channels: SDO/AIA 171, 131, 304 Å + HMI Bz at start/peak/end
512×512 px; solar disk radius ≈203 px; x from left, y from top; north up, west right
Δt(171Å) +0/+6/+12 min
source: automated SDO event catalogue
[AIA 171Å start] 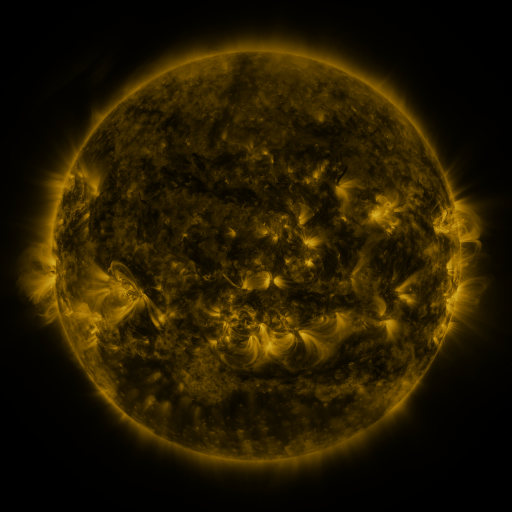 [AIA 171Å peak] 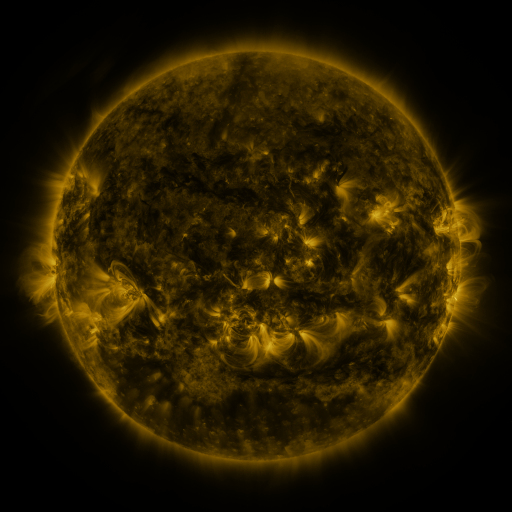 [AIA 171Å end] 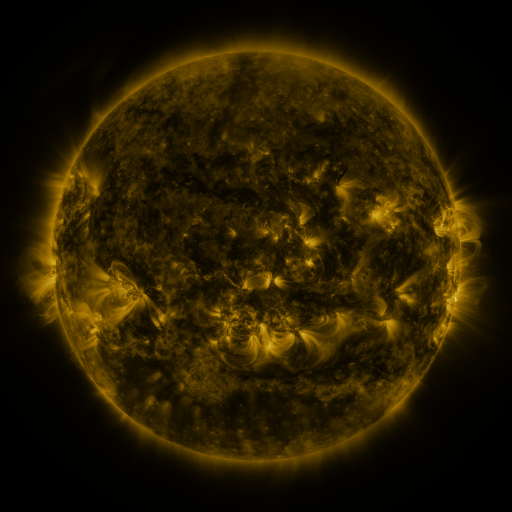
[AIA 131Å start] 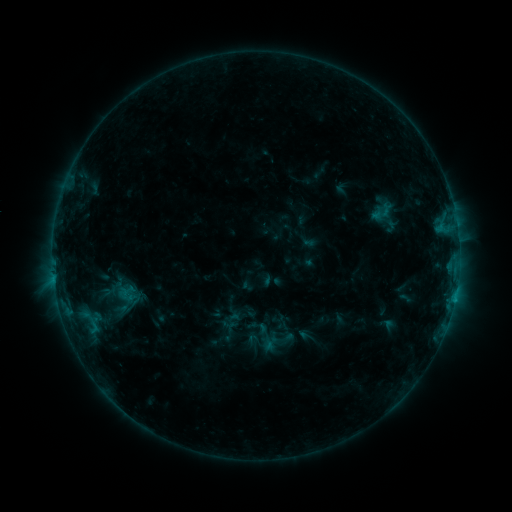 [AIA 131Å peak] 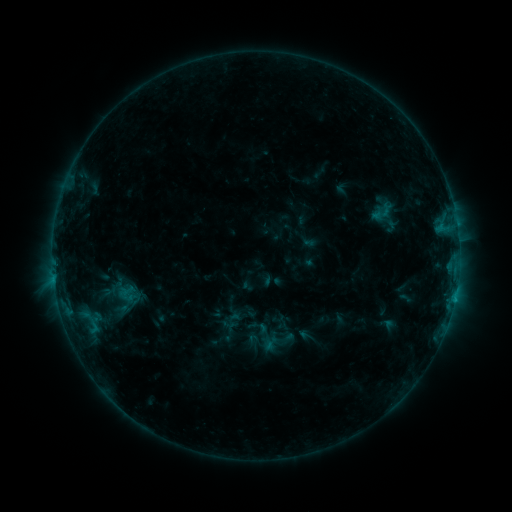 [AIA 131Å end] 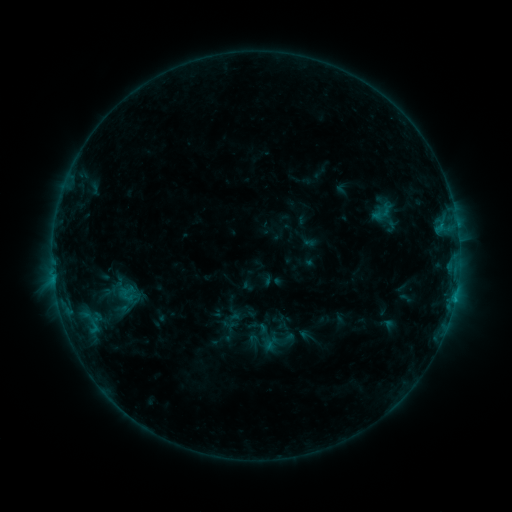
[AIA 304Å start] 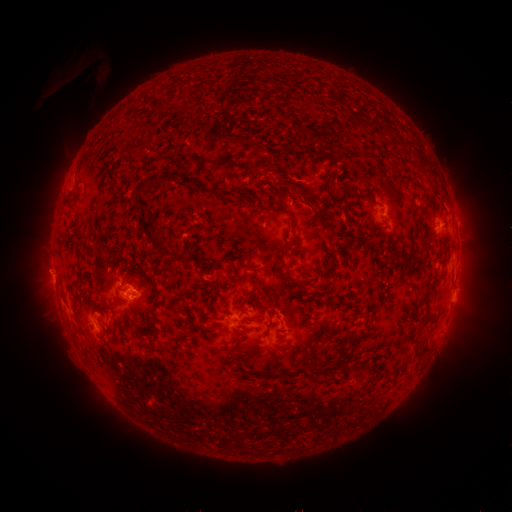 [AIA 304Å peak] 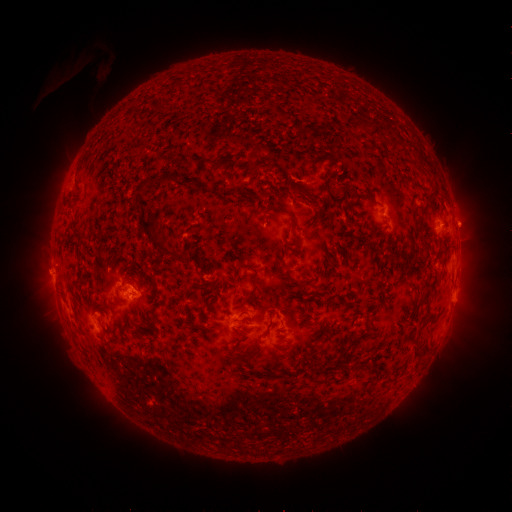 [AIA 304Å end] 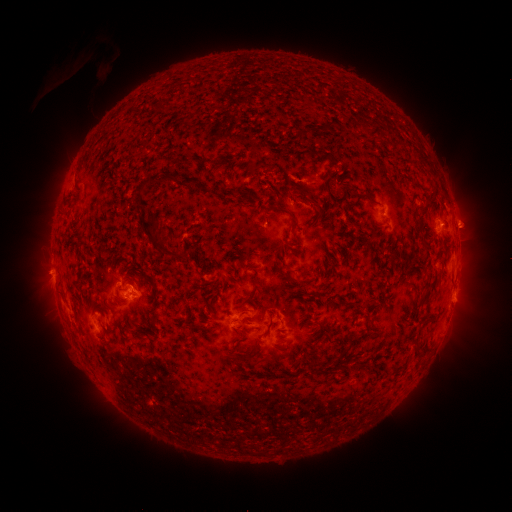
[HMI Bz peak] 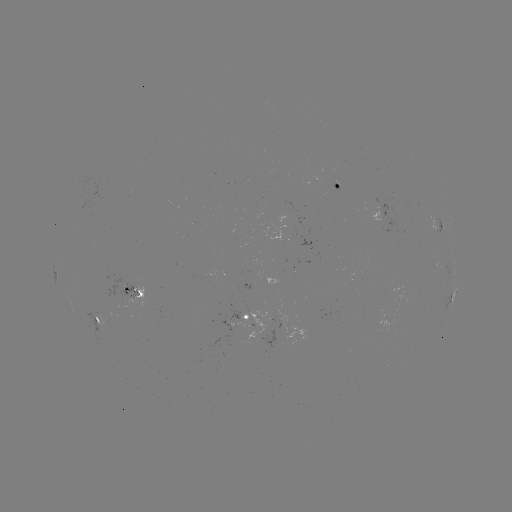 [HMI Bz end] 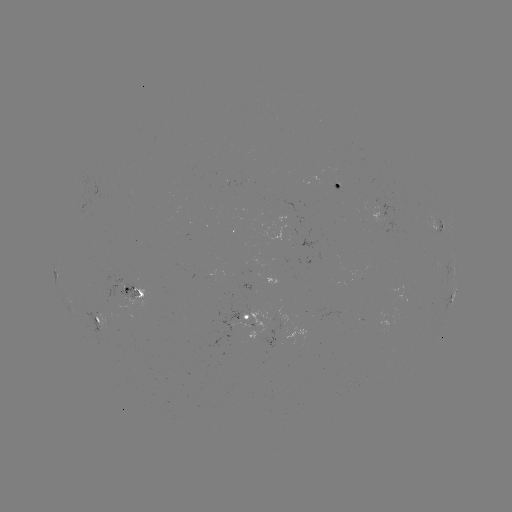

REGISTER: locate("eruption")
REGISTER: [468, 225]